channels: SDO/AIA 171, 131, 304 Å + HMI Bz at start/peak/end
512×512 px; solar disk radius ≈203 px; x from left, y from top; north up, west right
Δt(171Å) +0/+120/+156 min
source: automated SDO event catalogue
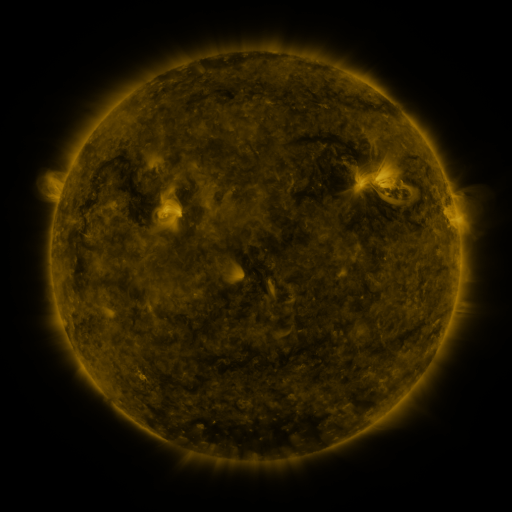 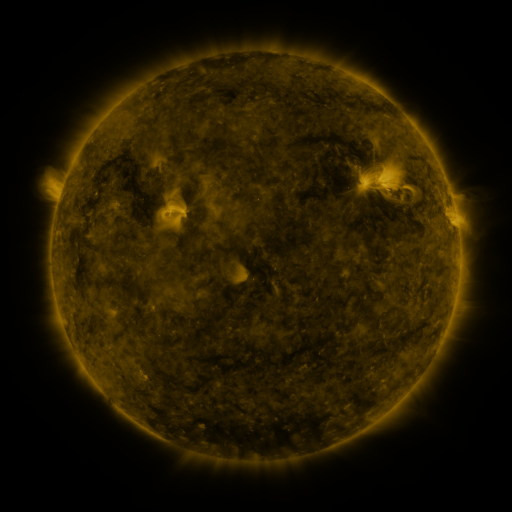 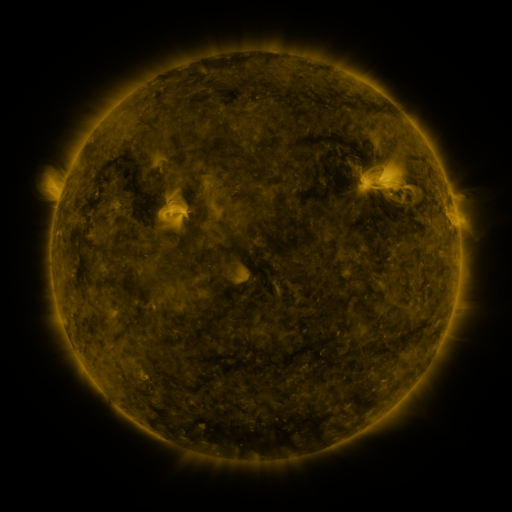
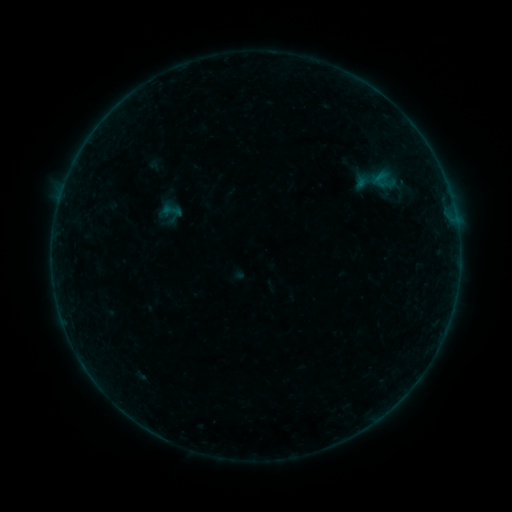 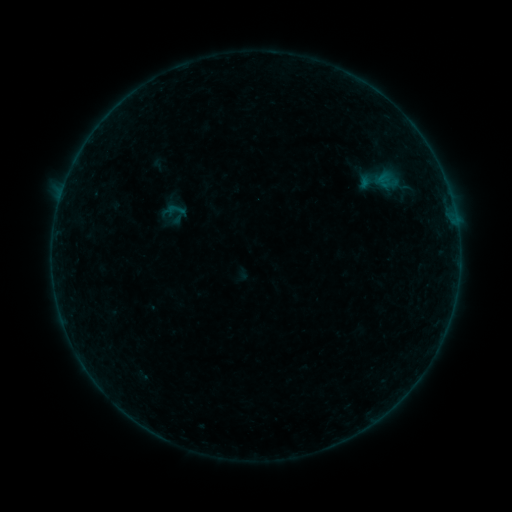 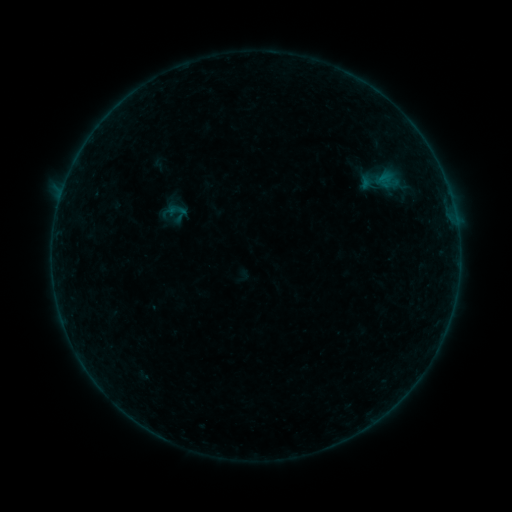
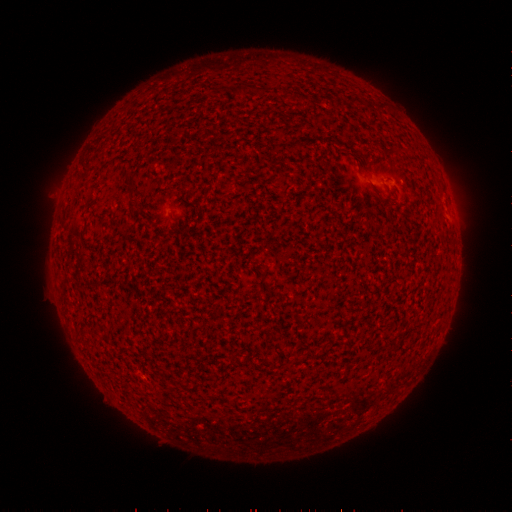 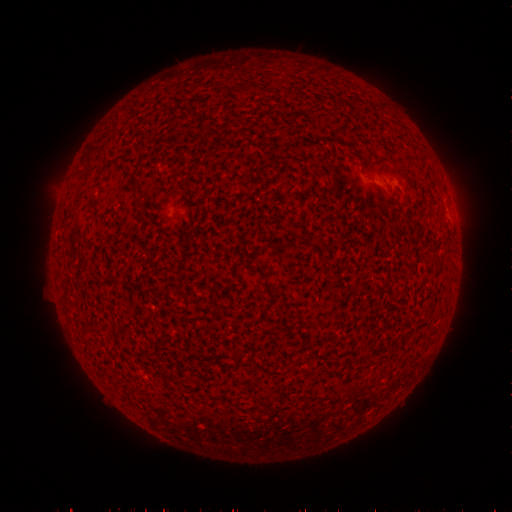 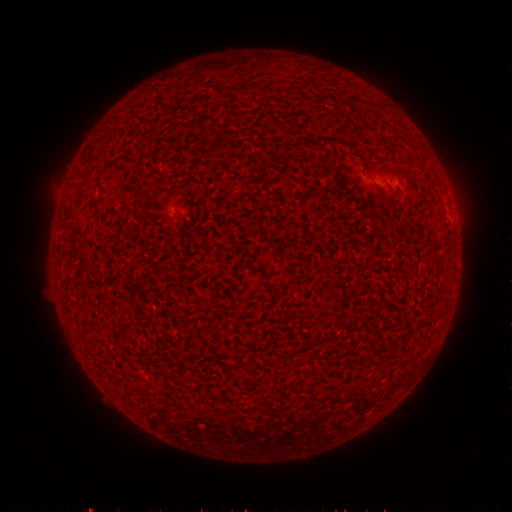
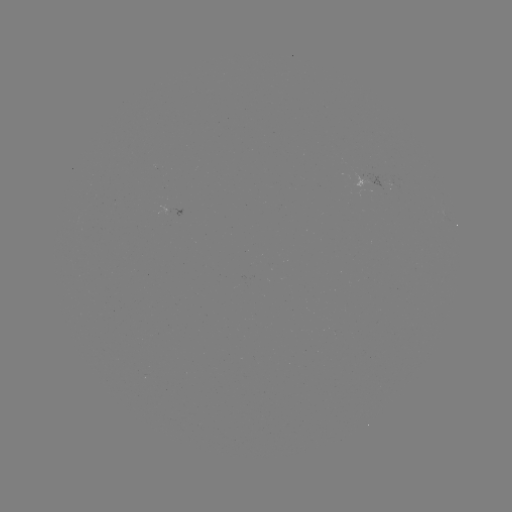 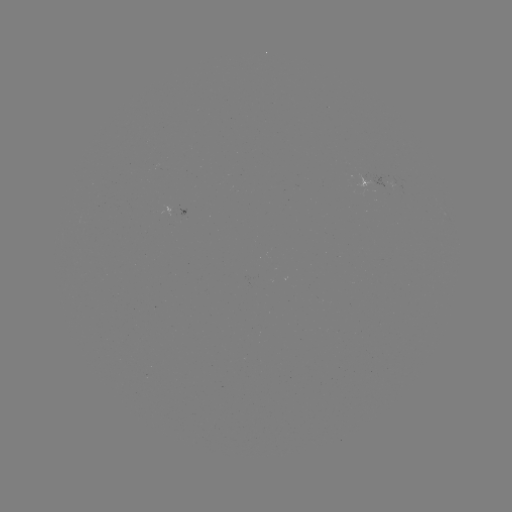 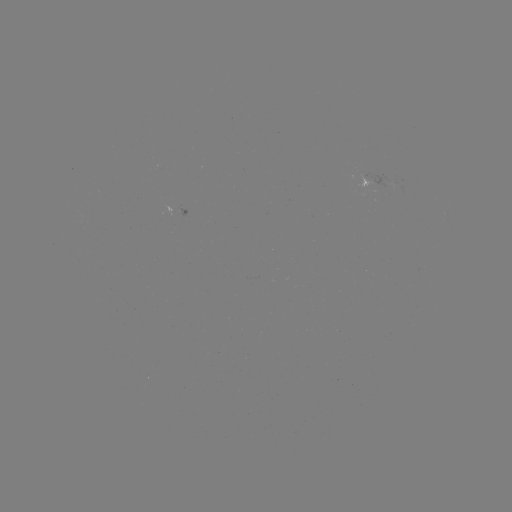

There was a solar emerging-flux region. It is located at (184, 216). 